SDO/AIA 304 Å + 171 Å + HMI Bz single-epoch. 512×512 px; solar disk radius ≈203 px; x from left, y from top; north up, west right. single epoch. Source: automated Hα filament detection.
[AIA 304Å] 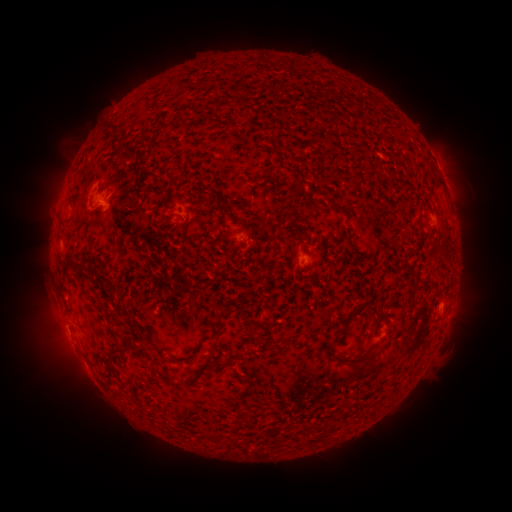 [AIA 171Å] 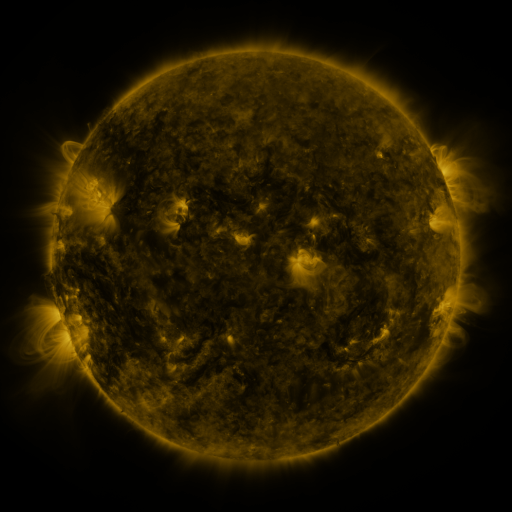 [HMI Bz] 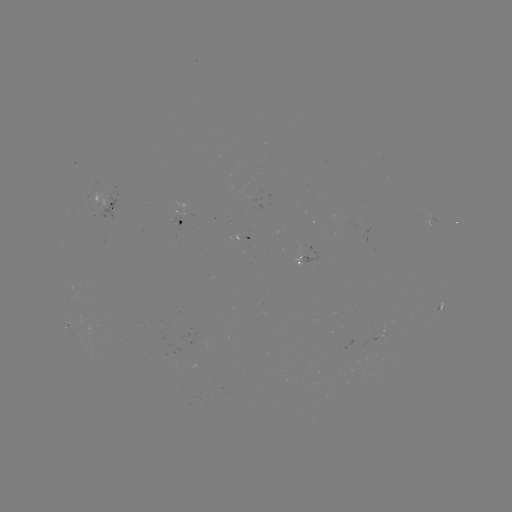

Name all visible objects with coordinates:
filament: (132, 161, 140, 174)
filament: (133, 184, 172, 200)
filament: (282, 190, 300, 223)
filament: (326, 195, 347, 214)
filament: (214, 198, 240, 216)
filament: (343, 226, 352, 241)
filament: (264, 234, 274, 253)
filament: (71, 262, 114, 287)
filament: (328, 327, 384, 364)
filament: (212, 328, 222, 338)
filament: (182, 343, 203, 363)
filament: (108, 345, 131, 378)
filament: (206, 362, 215, 371)
filament: (168, 378, 193, 387)
